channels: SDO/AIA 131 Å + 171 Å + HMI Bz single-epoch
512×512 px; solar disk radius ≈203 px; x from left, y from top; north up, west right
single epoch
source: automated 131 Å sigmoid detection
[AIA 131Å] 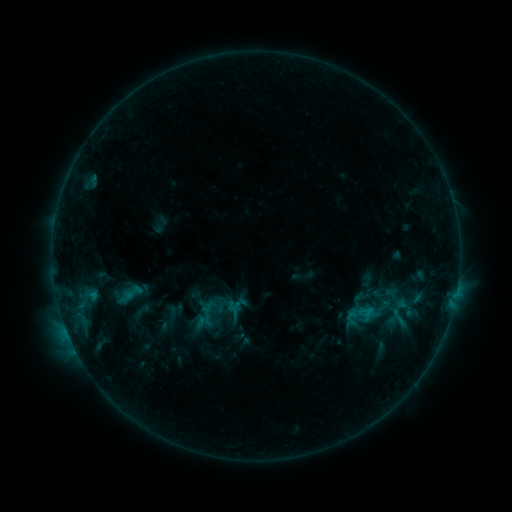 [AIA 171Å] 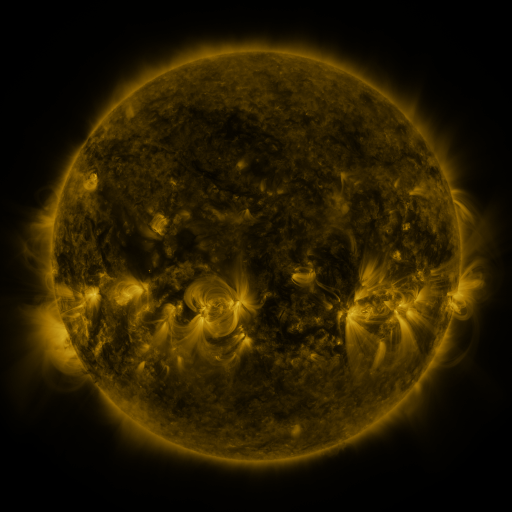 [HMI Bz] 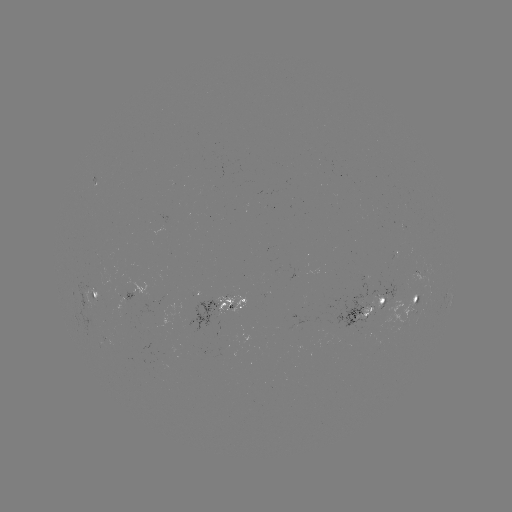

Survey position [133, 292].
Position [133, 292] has sigmoid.